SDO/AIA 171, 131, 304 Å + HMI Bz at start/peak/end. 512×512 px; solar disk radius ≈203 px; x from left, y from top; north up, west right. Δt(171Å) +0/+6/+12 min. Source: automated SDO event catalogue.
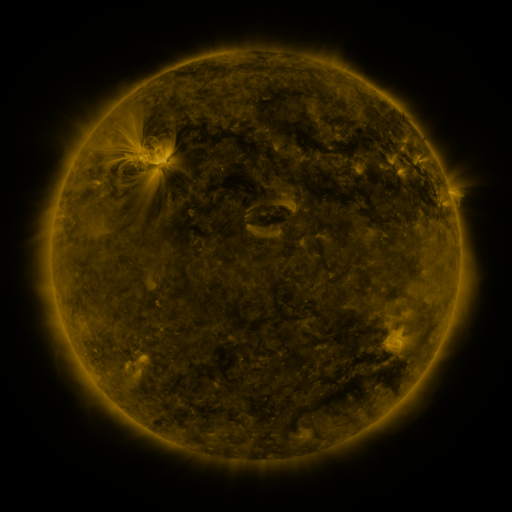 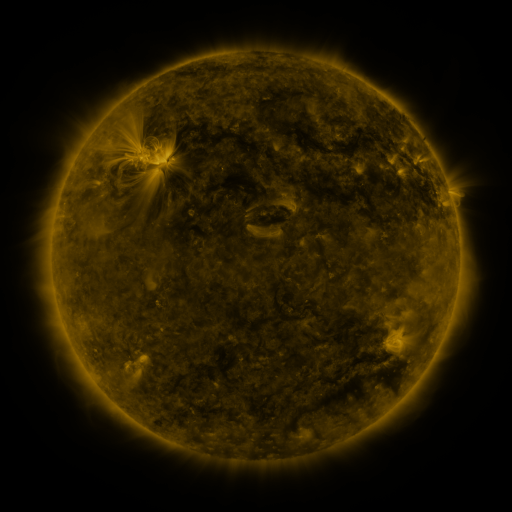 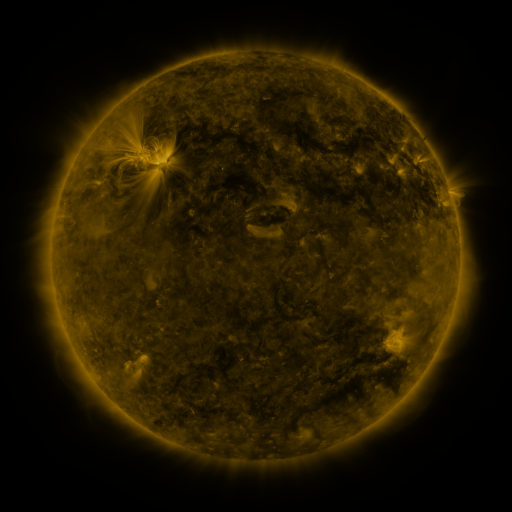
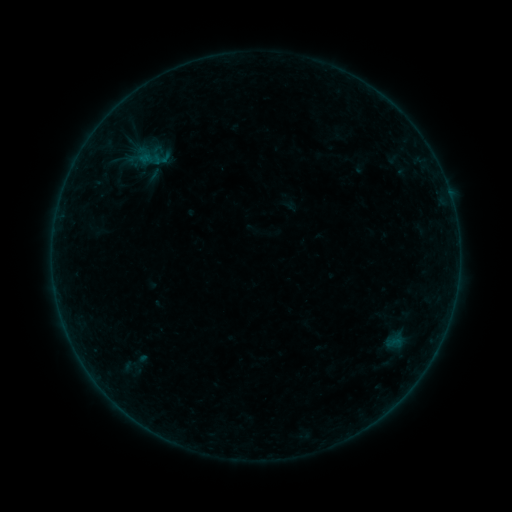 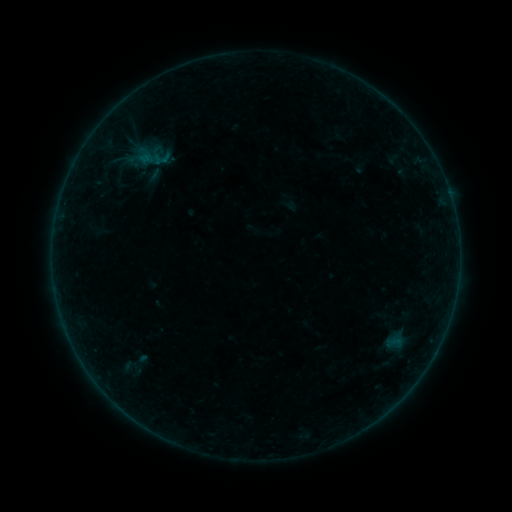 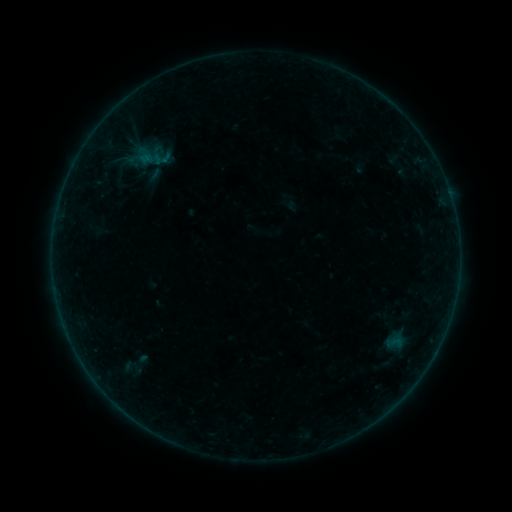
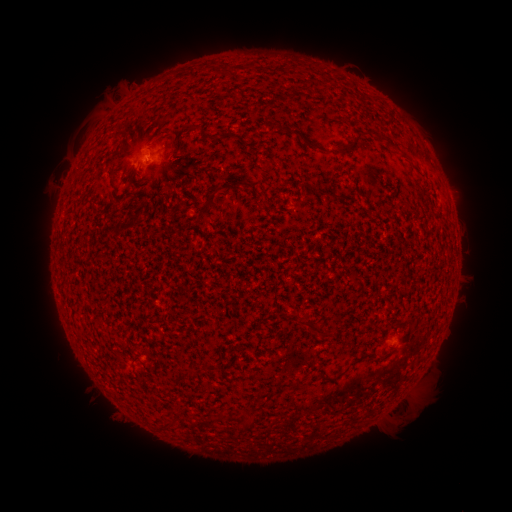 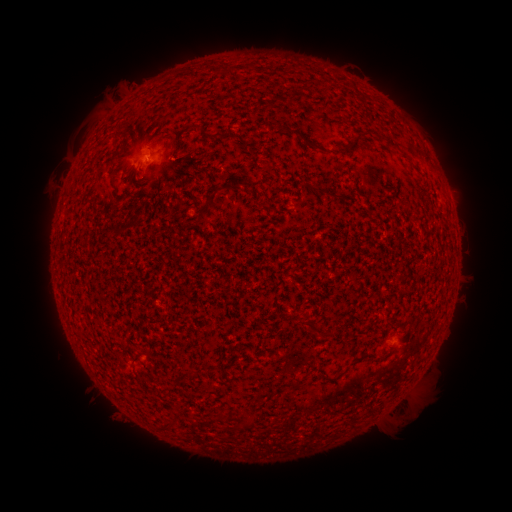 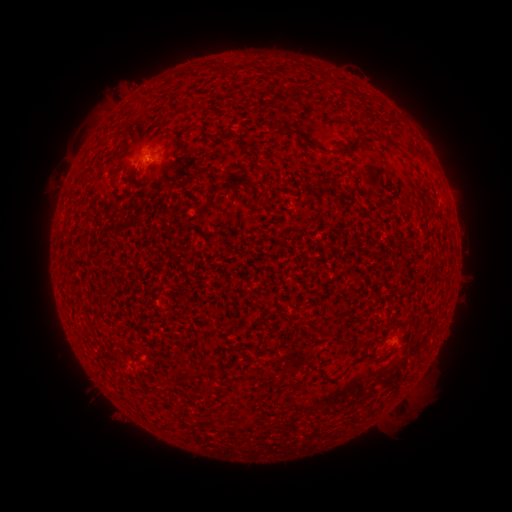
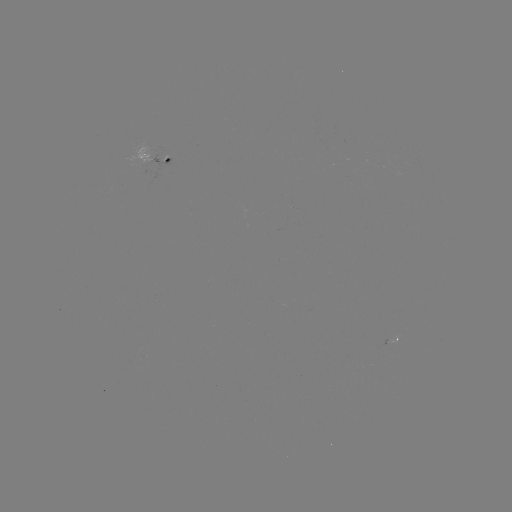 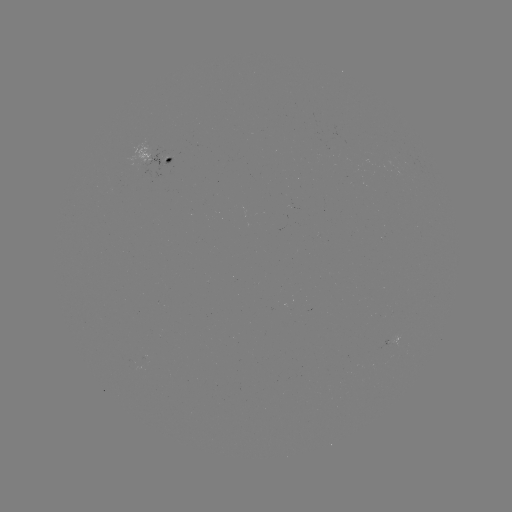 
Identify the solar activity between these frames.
no classed flare was catalogued and no EUV brightening was flagged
